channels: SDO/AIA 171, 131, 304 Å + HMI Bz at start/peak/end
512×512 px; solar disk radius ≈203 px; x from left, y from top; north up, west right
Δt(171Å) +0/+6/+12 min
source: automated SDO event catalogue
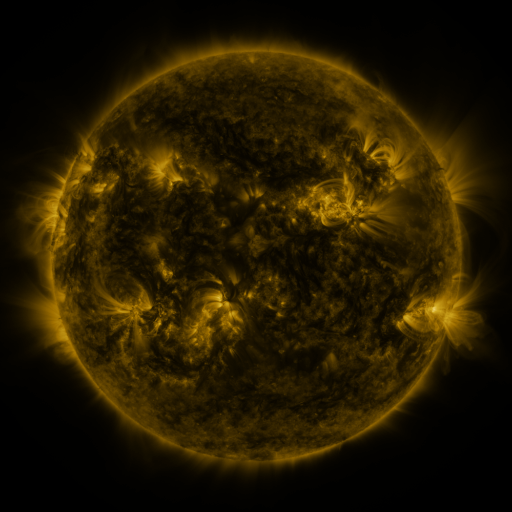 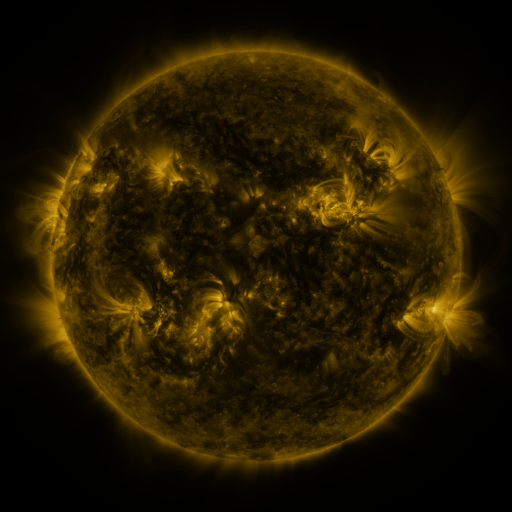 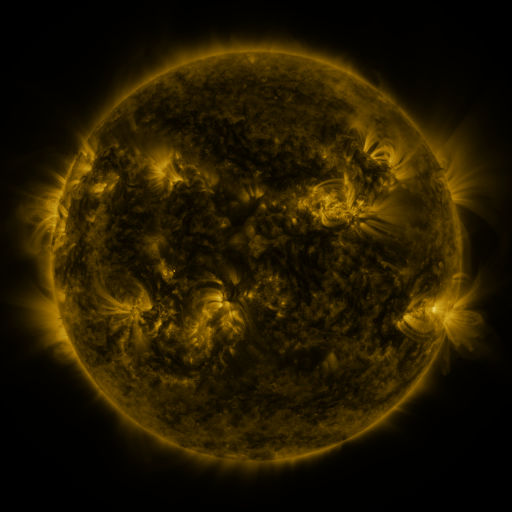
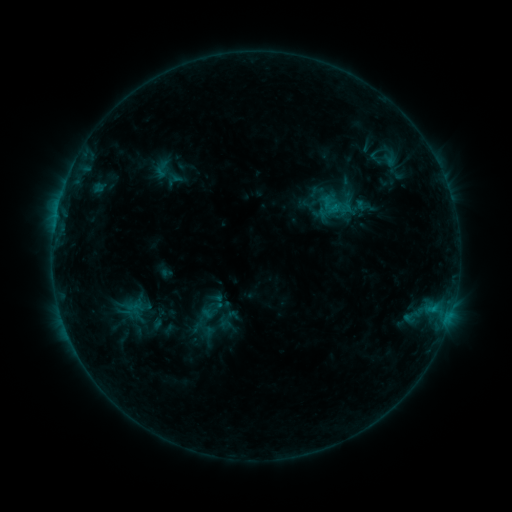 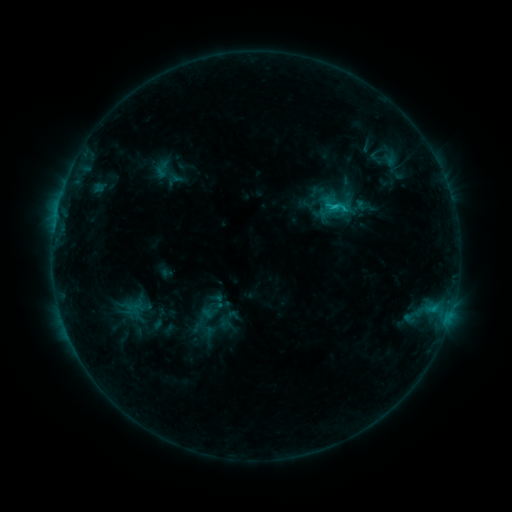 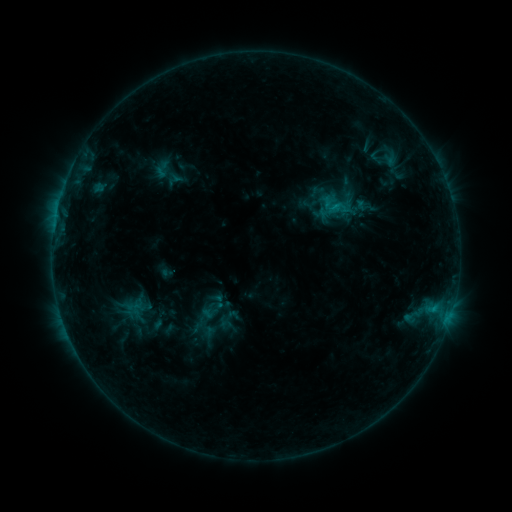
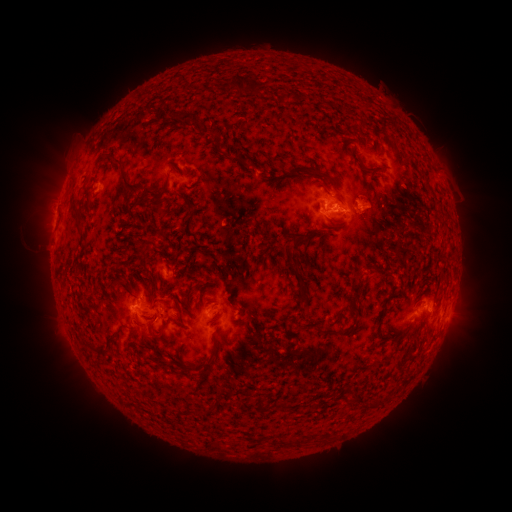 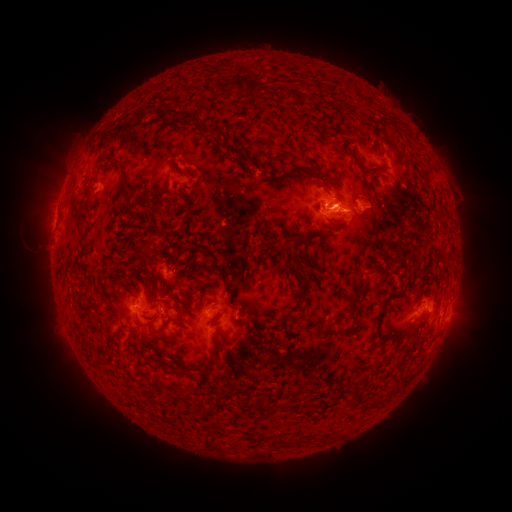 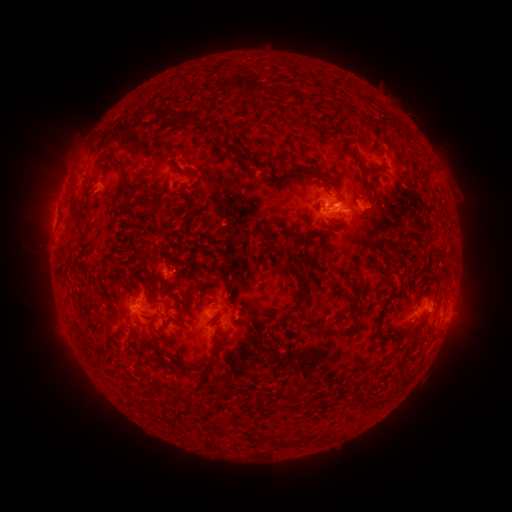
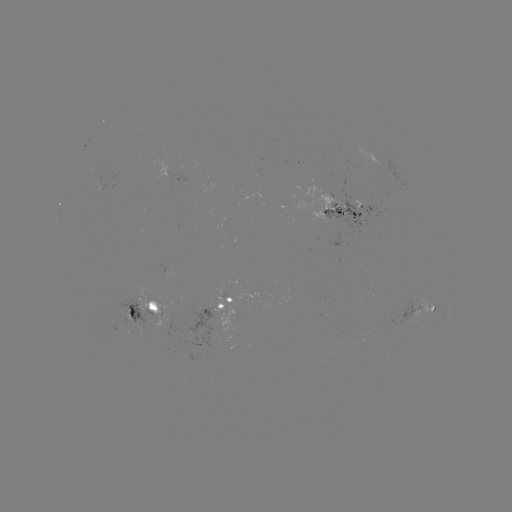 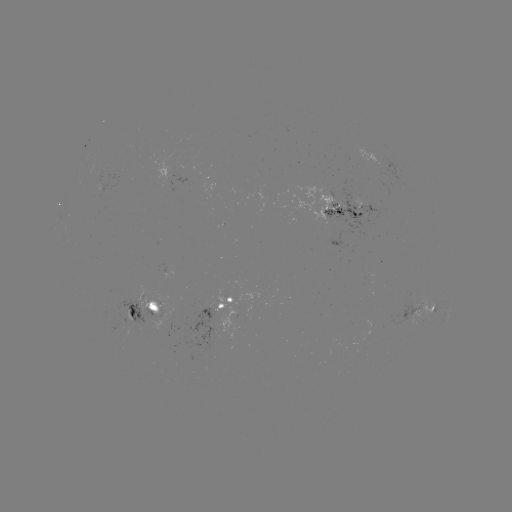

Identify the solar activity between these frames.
C1.4 flare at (334, 207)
